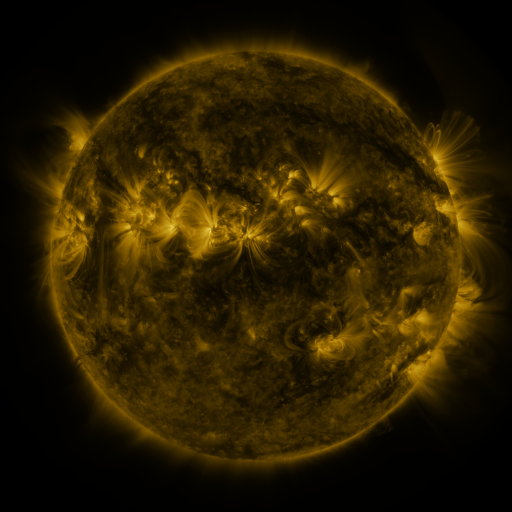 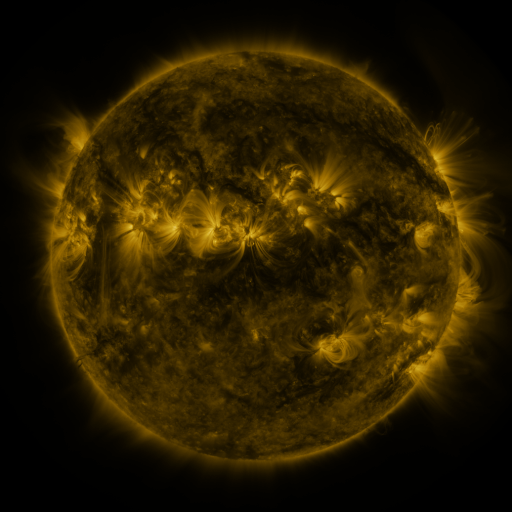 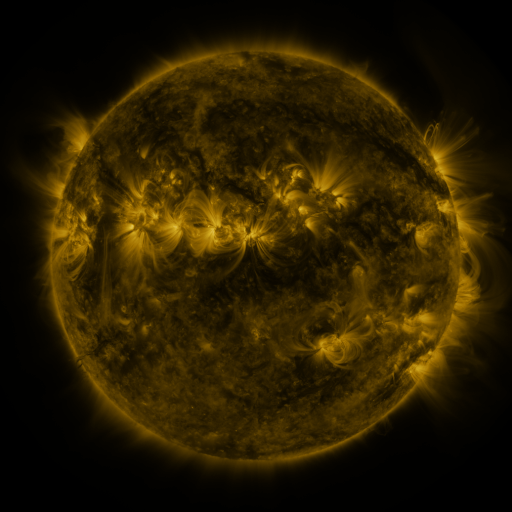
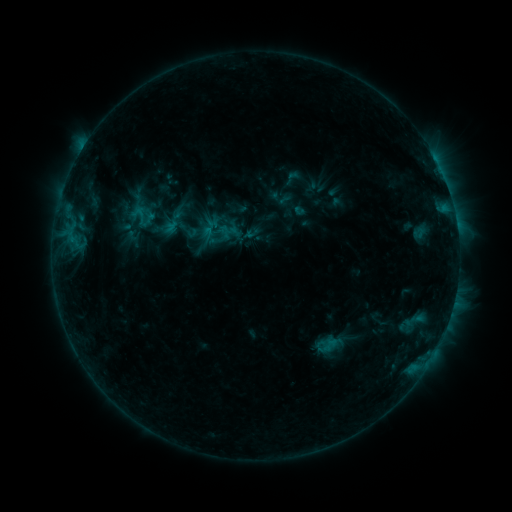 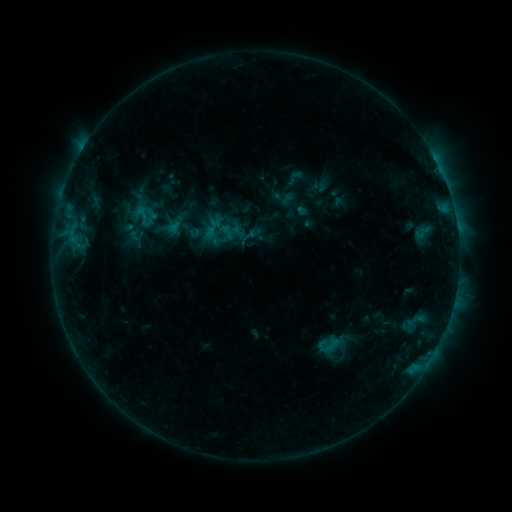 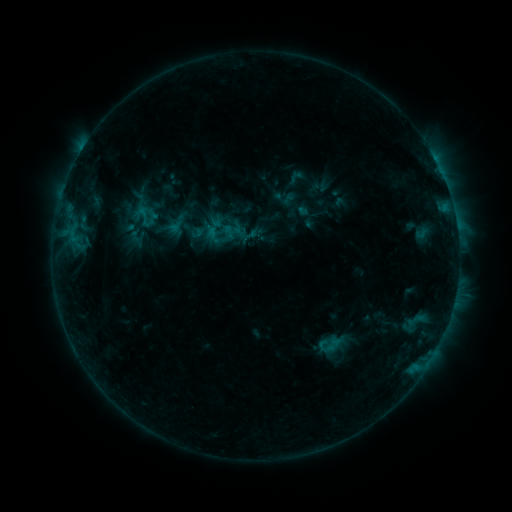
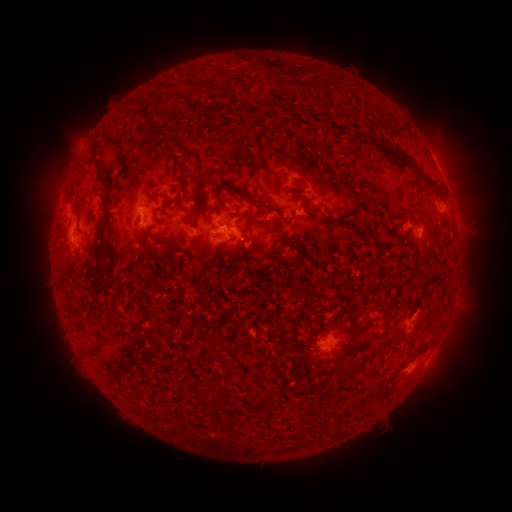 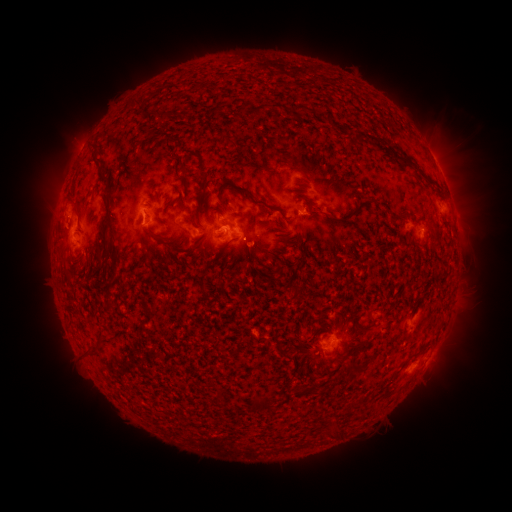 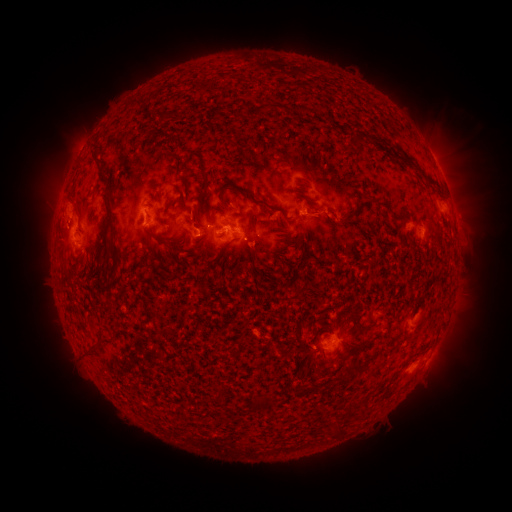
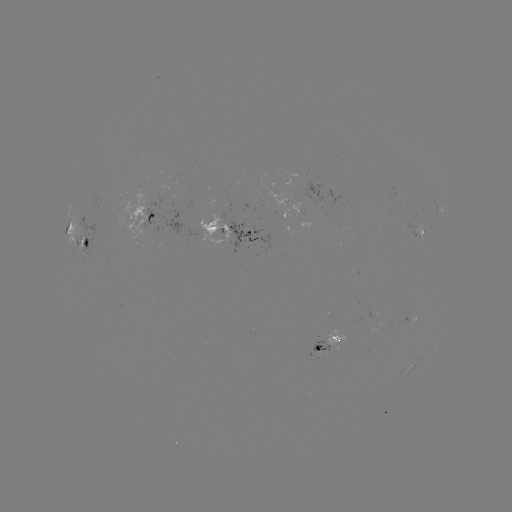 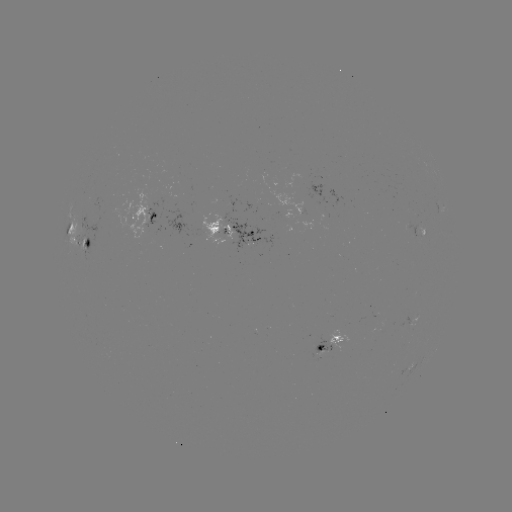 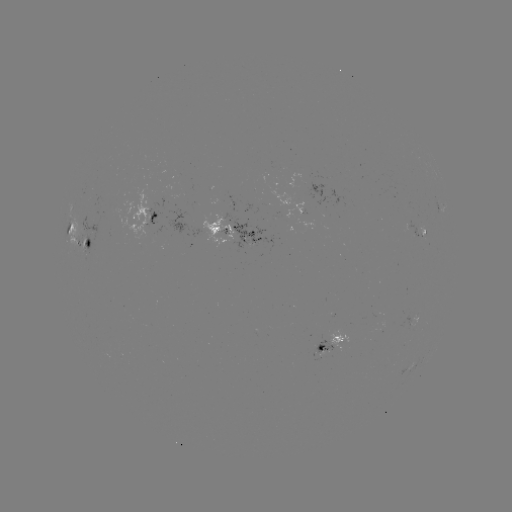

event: emerging-flux region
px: (317, 346)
